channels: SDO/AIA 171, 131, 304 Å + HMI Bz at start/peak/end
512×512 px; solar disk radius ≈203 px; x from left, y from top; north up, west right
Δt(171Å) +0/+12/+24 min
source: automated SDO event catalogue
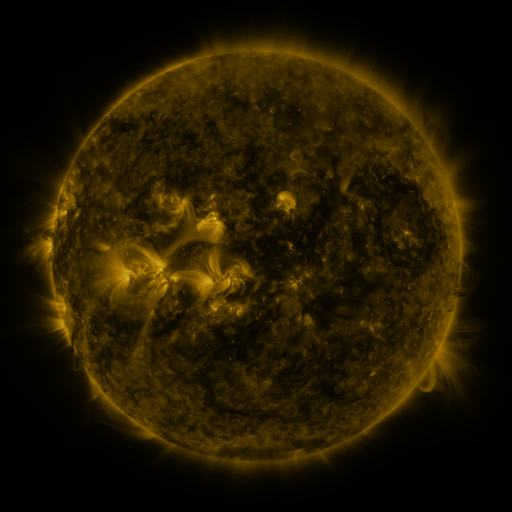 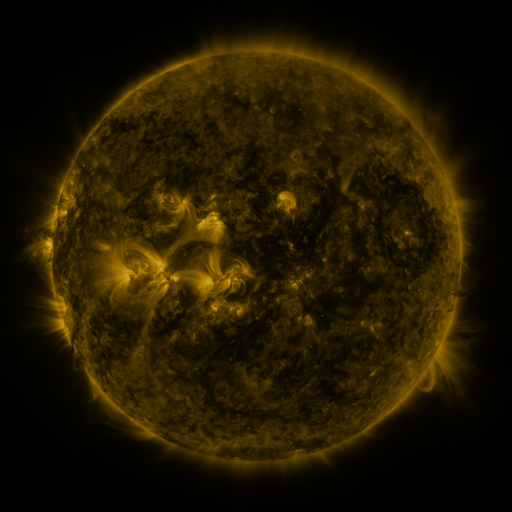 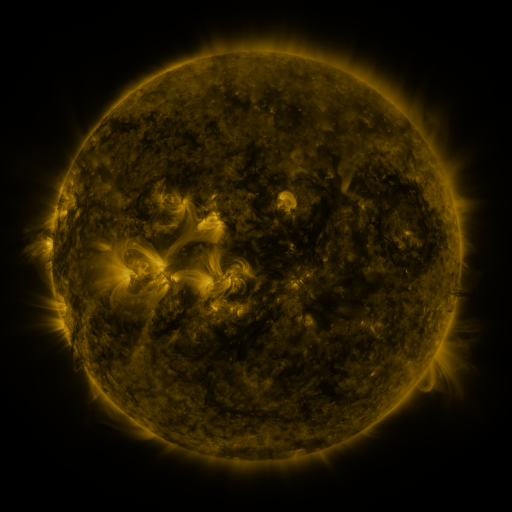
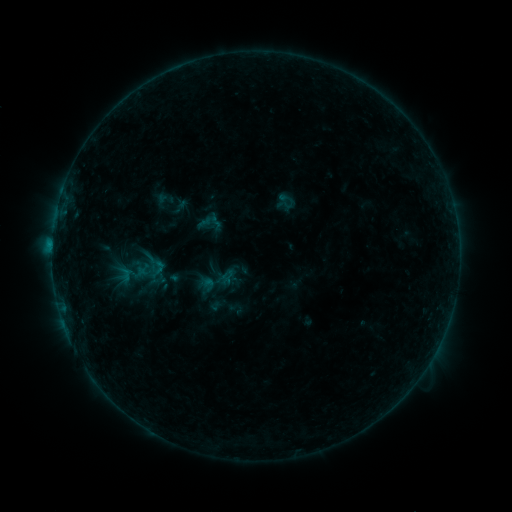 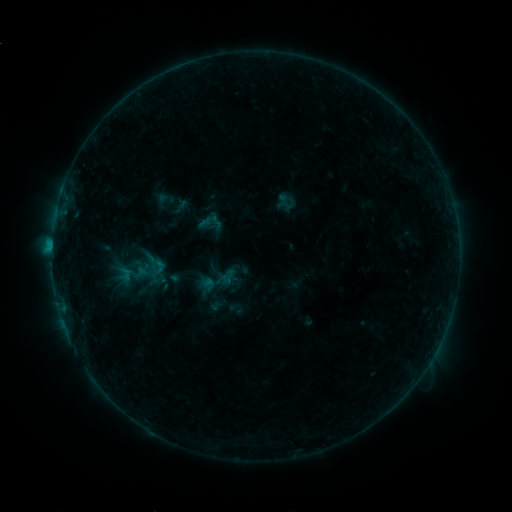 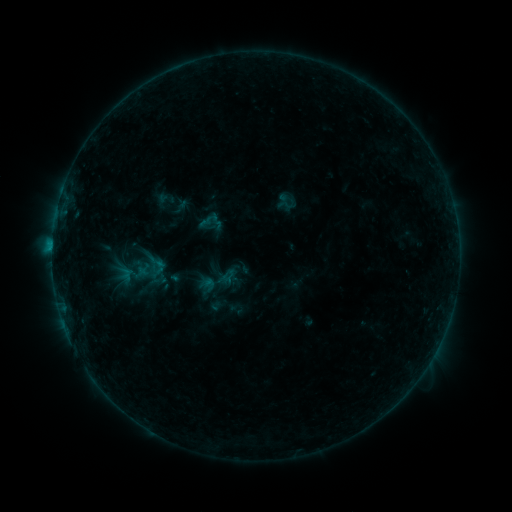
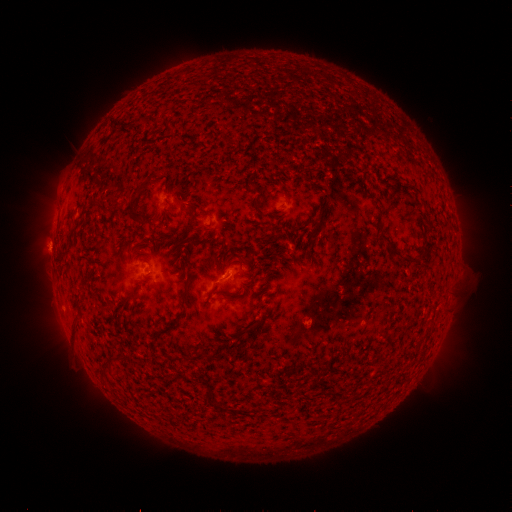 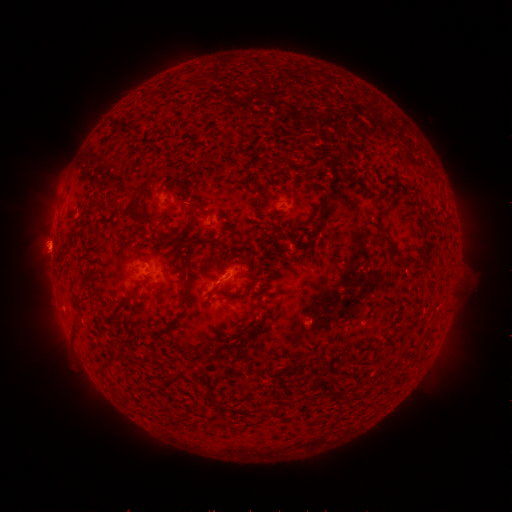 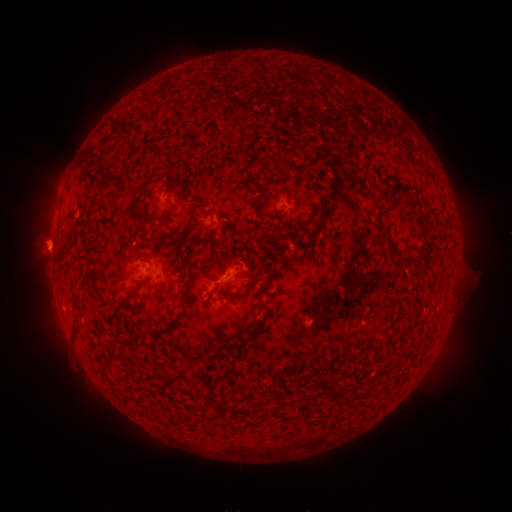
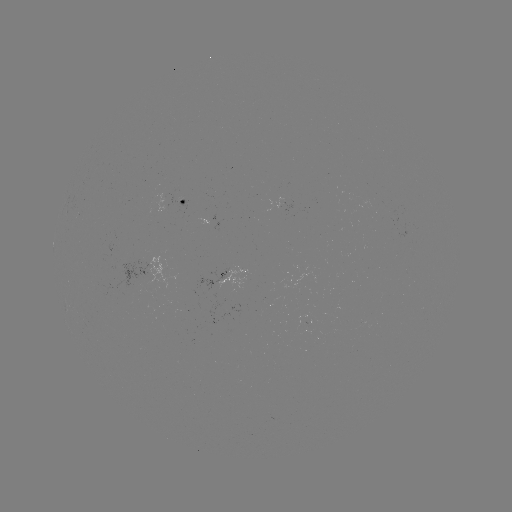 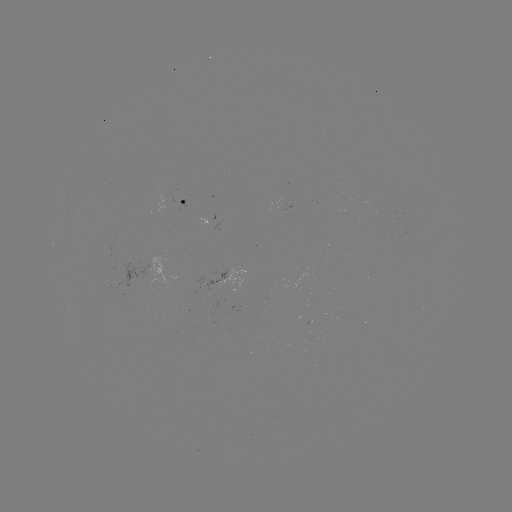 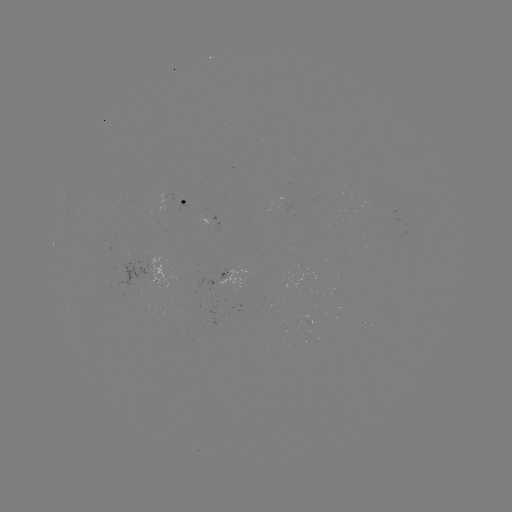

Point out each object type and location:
B4.4 flare: (221, 279)
